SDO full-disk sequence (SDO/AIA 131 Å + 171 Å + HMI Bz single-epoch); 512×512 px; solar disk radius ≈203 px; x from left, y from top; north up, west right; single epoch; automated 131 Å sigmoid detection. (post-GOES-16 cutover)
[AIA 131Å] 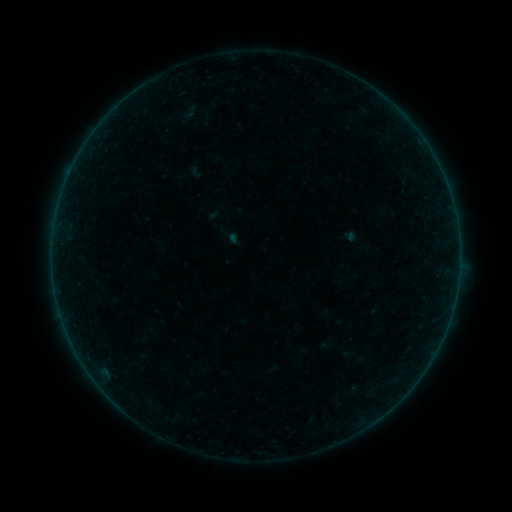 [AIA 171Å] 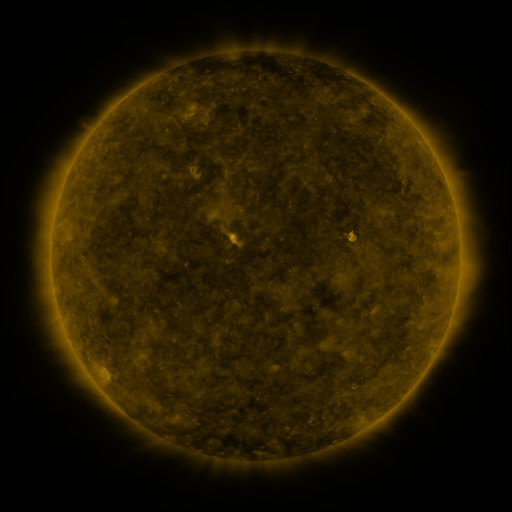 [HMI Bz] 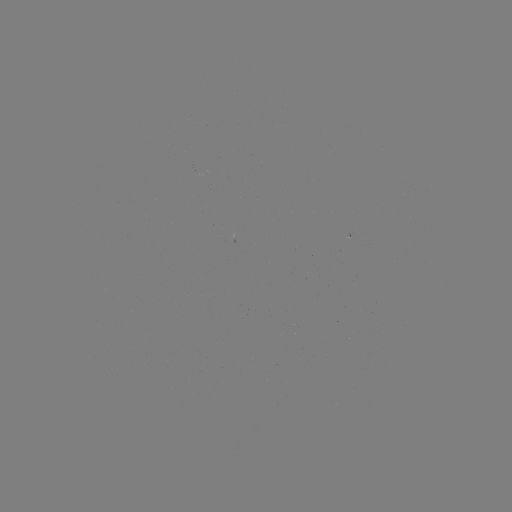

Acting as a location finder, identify sigmoid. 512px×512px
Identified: (190, 112).